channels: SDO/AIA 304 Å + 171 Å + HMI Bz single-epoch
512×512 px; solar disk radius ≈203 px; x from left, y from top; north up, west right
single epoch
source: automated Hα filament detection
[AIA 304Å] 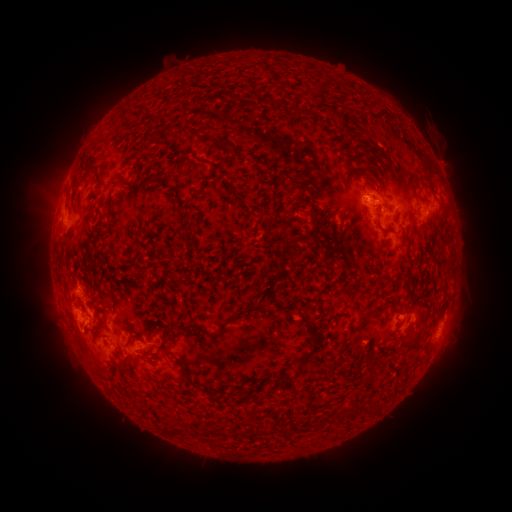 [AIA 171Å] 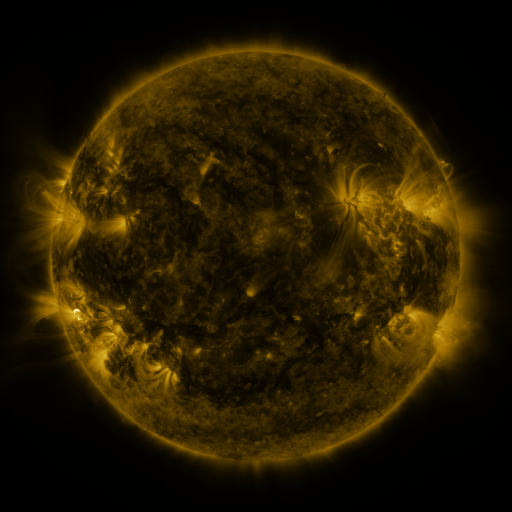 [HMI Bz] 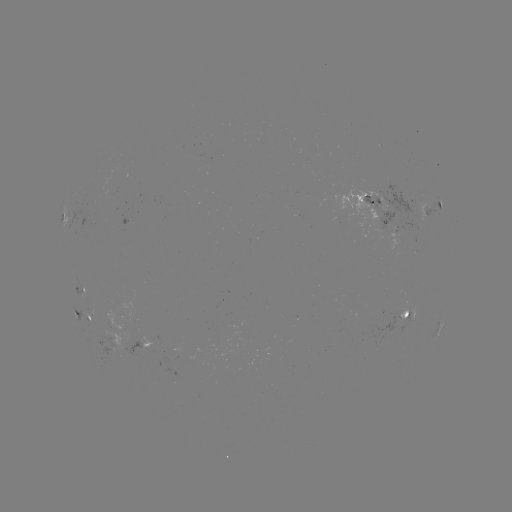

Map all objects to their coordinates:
filament: (92, 166)
filament: (290, 189)
filament: (297, 210)
filament: (315, 224)
filament: (383, 231)
filament: (302, 240)
filament: (369, 315)
filament: (228, 321)
filament: (166, 339)
filament: (305, 356)
